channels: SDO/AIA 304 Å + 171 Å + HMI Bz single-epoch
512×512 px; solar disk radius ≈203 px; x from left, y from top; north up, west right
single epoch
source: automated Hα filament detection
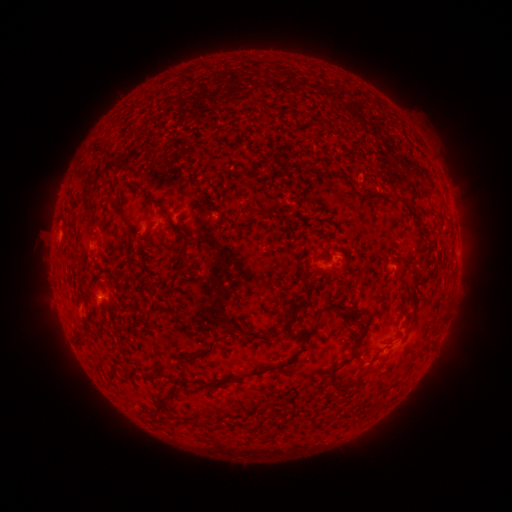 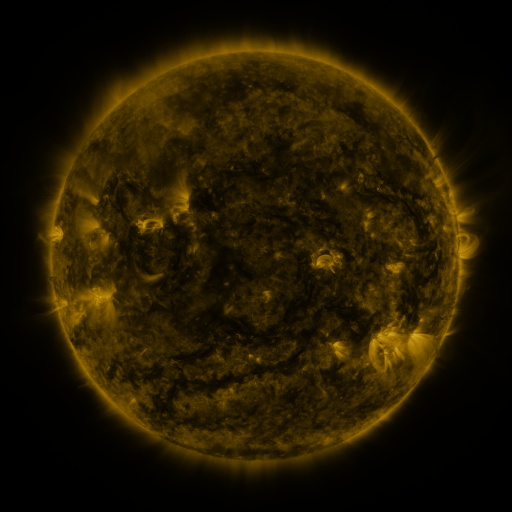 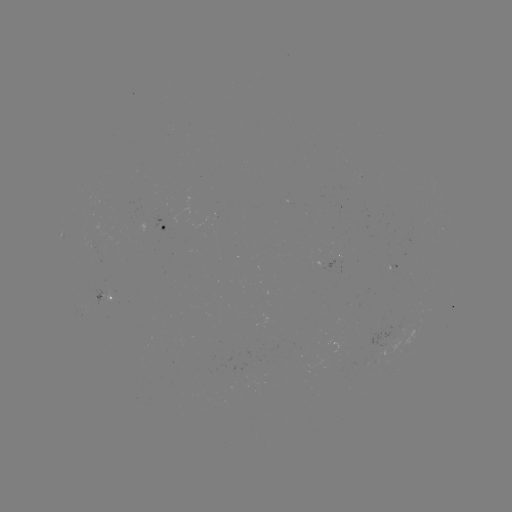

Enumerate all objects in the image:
filament: <bbox>130, 182, 155, 206</bbox>
filament: <bbox>108, 193, 130, 226</bbox>
filament: <bbox>256, 206, 274, 214</bbox>
filament: <bbox>164, 213, 192, 279</bbox>
filament: <bbox>411, 214, 420, 226</bbox>
filament: <bbox>316, 300, 360, 323</bbox>
filament: <bbox>274, 302, 302, 338</bbox>
filament: <bbox>222, 326, 319, 384</bbox>
filament: <bbox>233, 331, 261, 342</bbox>
filament: <bbox>330, 332, 364, 376</bbox>
filament: <bbox>177, 350, 204, 367</bbox>
filament: <bbox>342, 377, 360, 388</bbox>
filament: <bbox>157, 388, 176, 412</bbox>
